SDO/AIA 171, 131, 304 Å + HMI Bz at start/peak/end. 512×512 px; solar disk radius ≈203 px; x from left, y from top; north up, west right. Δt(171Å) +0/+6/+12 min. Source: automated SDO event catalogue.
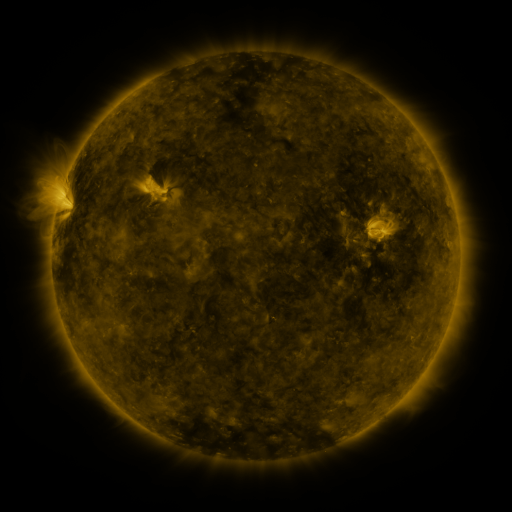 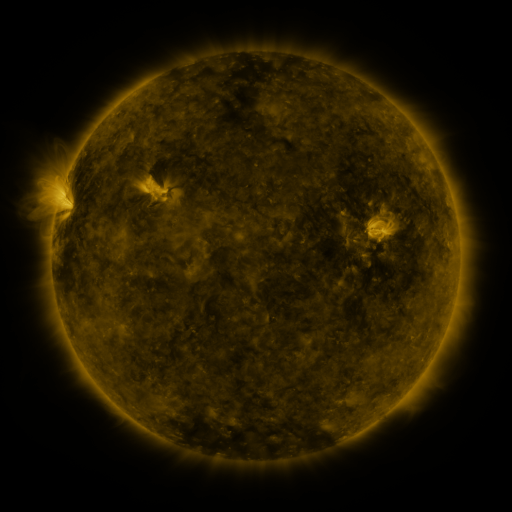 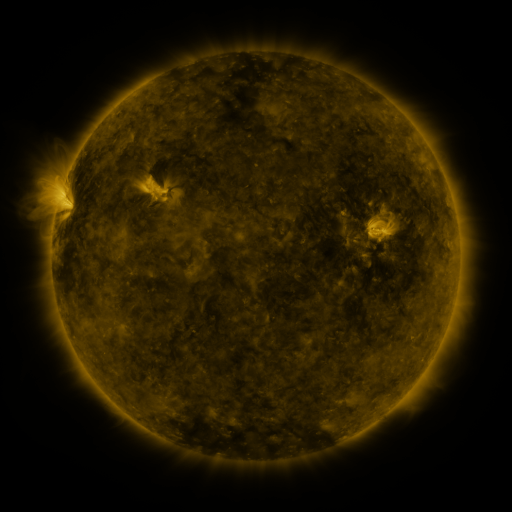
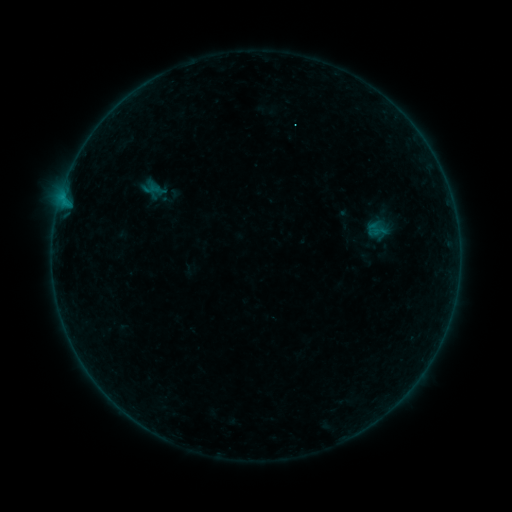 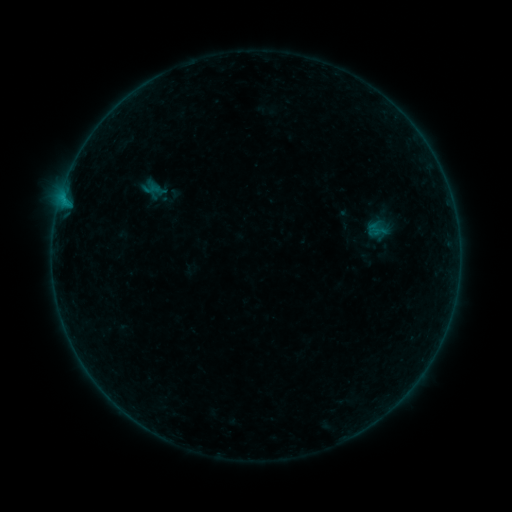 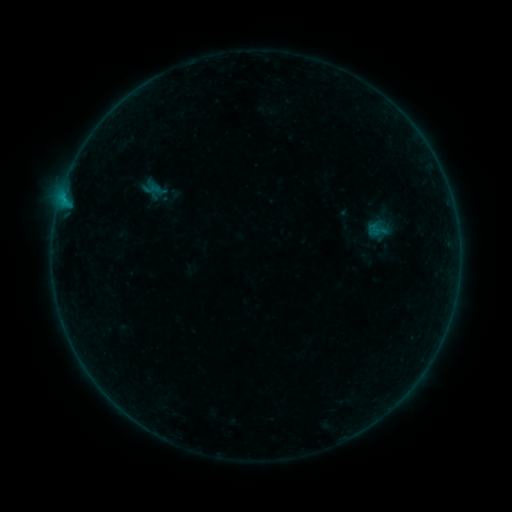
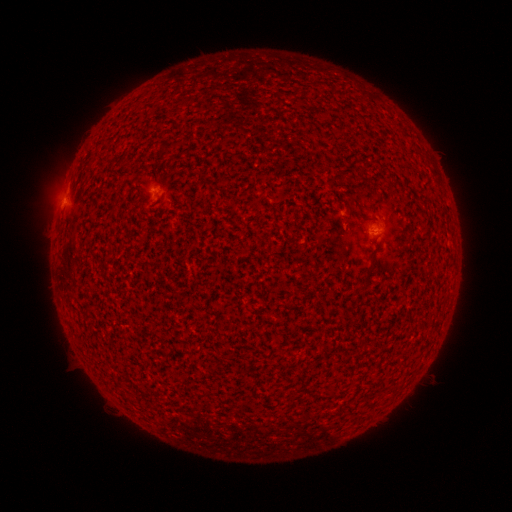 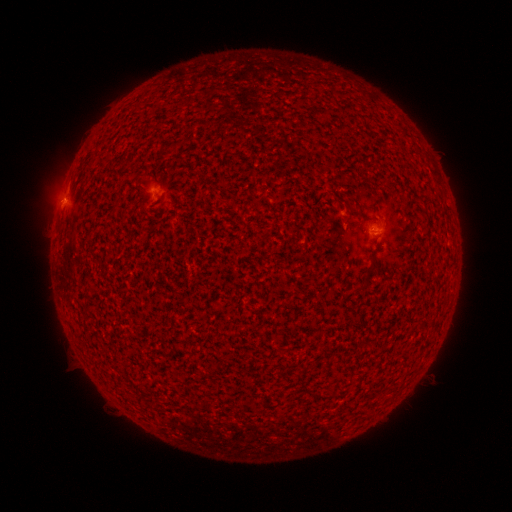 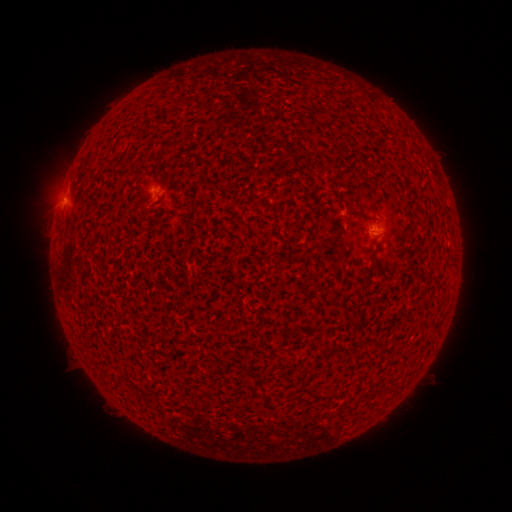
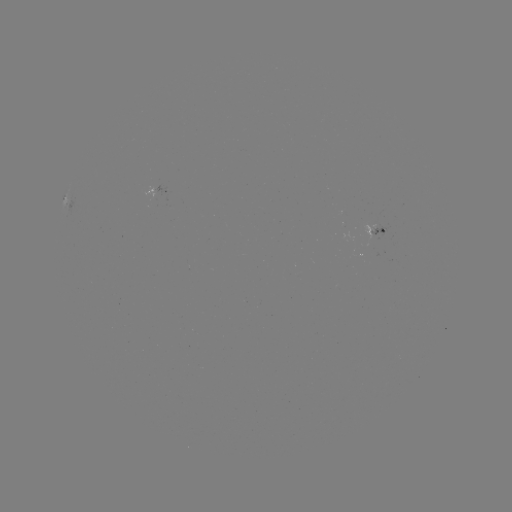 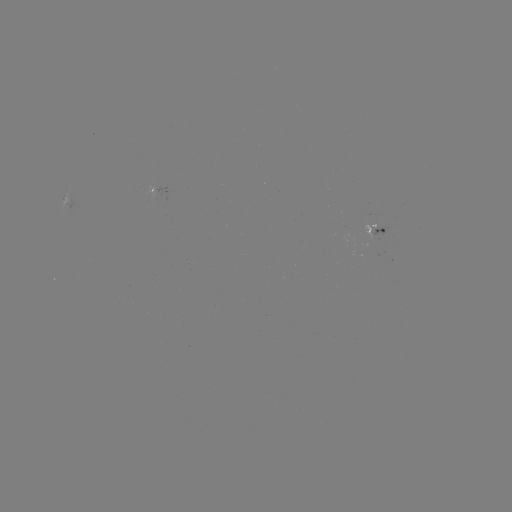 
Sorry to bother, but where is B1.4 flare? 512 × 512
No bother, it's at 65,202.